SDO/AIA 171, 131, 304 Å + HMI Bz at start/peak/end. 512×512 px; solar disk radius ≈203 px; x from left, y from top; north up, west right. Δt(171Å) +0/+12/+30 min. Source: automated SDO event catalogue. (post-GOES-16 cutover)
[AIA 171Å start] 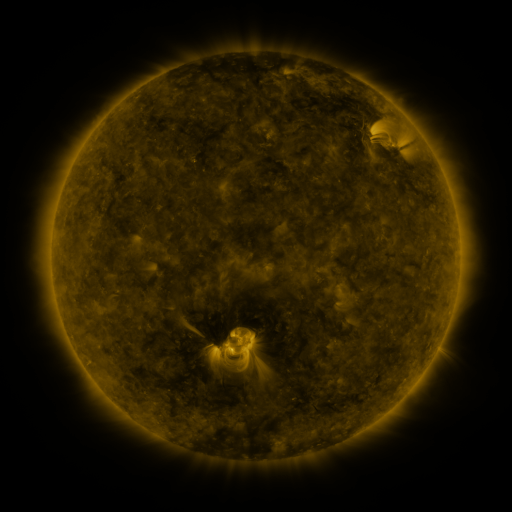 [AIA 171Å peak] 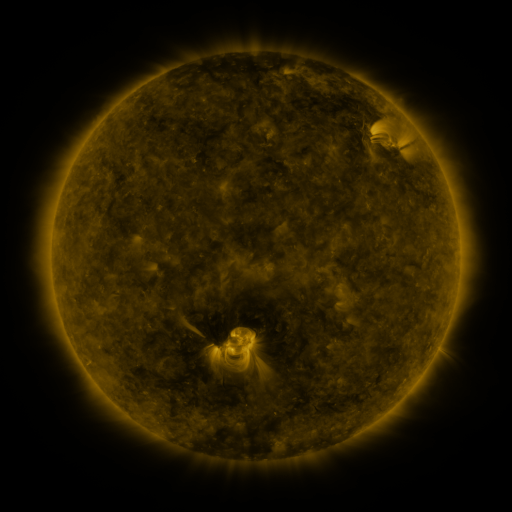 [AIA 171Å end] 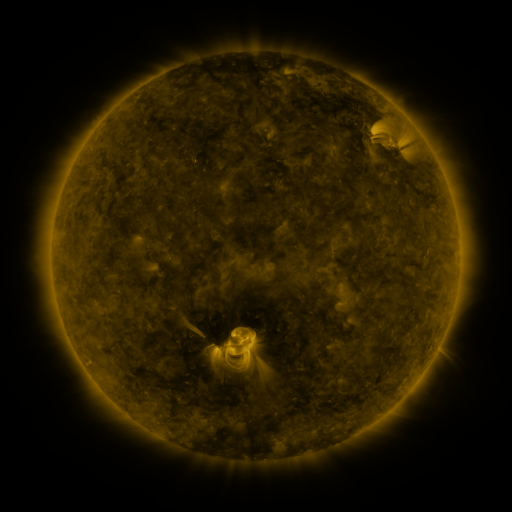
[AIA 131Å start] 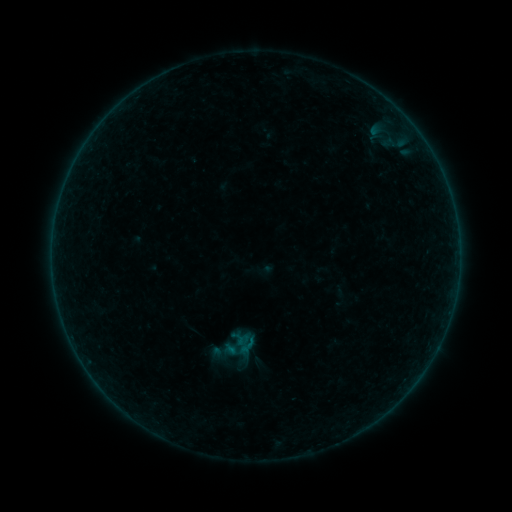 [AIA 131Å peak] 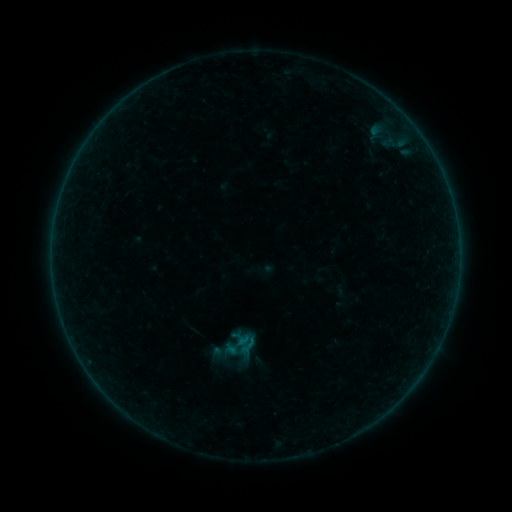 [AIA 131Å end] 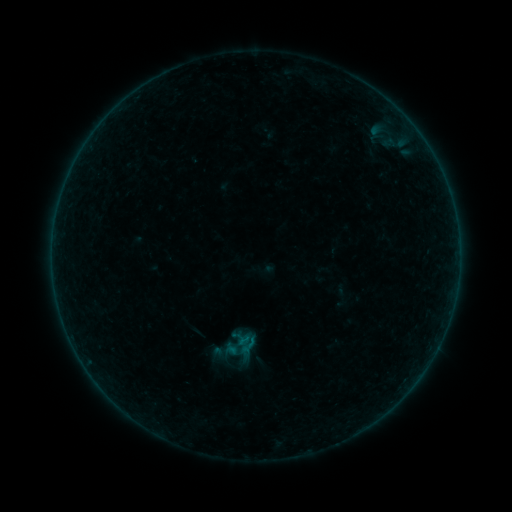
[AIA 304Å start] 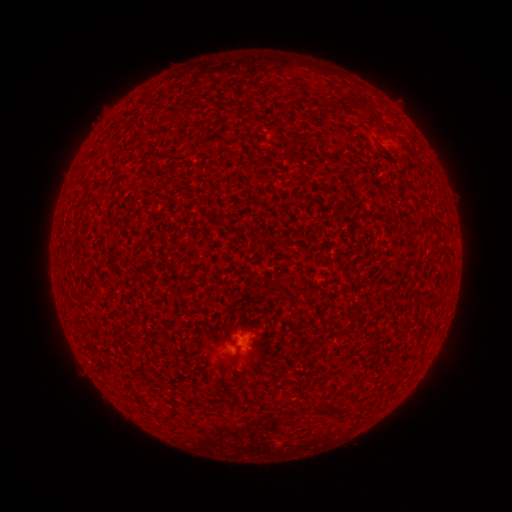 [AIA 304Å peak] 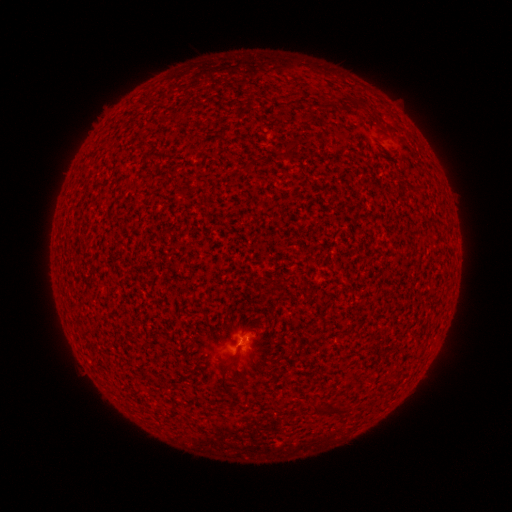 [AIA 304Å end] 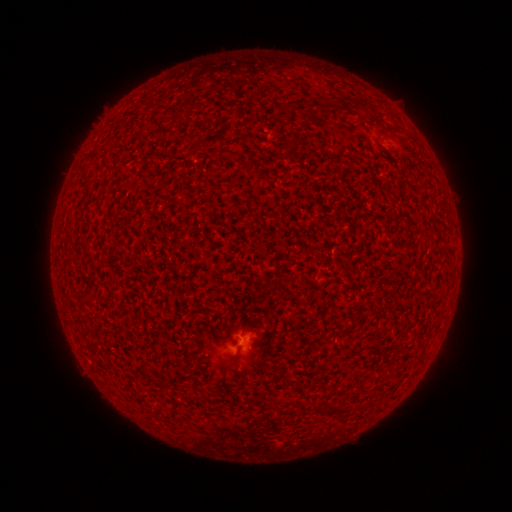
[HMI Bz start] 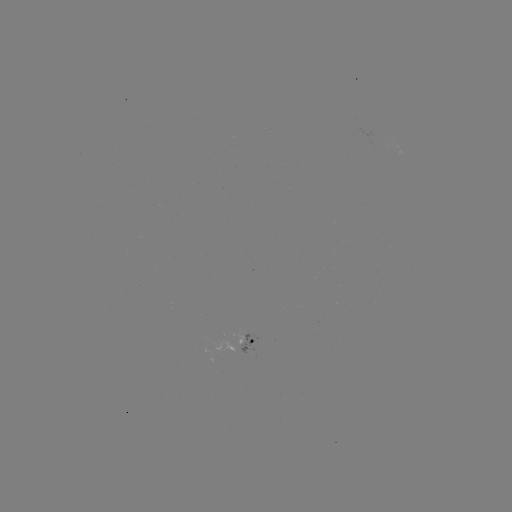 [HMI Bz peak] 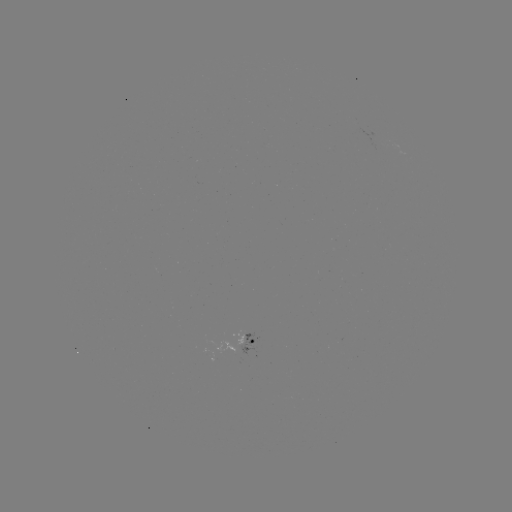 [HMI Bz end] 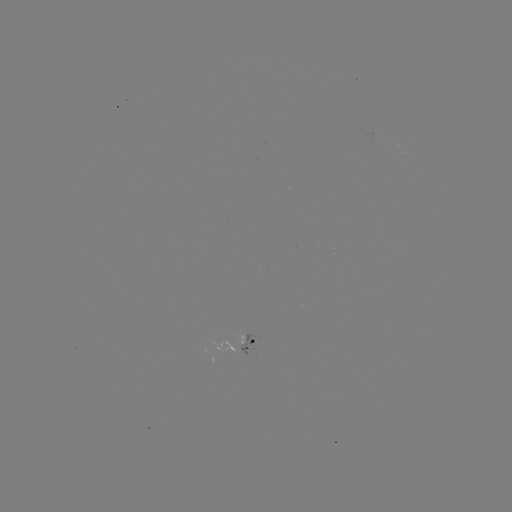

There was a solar flare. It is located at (246, 340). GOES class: B1.0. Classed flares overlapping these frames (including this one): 1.